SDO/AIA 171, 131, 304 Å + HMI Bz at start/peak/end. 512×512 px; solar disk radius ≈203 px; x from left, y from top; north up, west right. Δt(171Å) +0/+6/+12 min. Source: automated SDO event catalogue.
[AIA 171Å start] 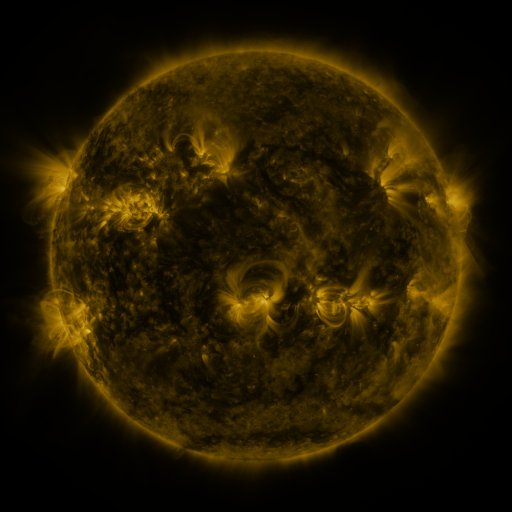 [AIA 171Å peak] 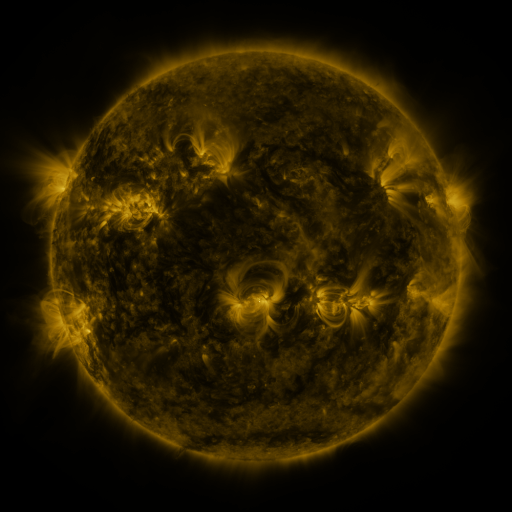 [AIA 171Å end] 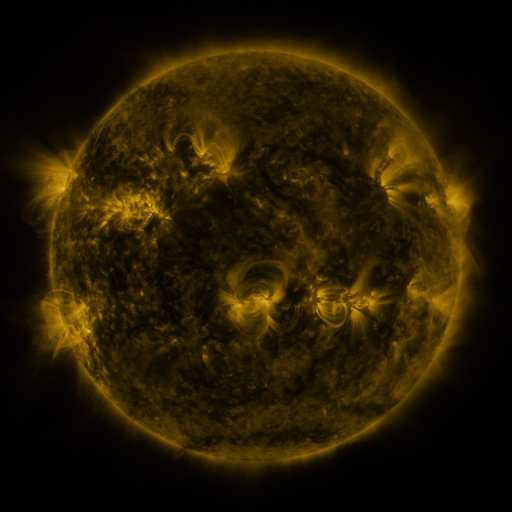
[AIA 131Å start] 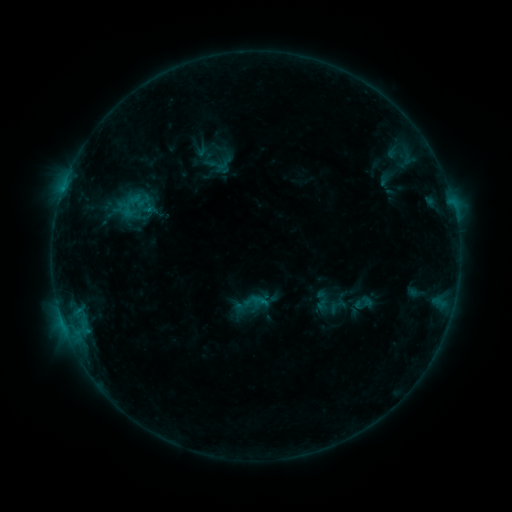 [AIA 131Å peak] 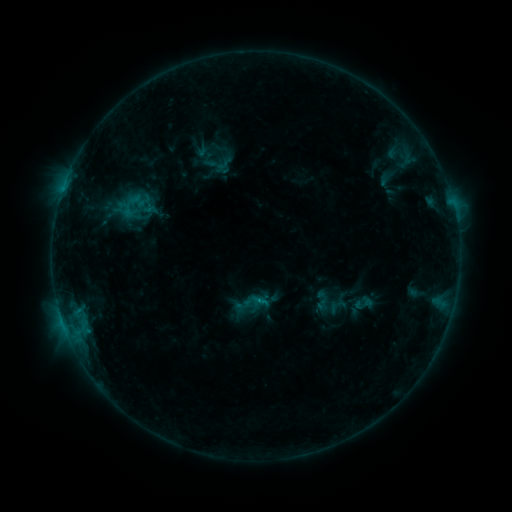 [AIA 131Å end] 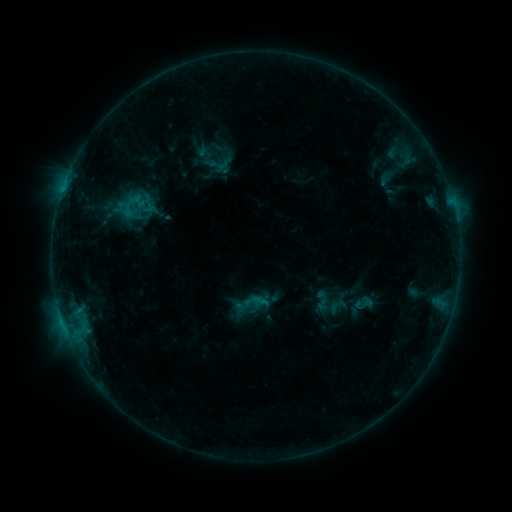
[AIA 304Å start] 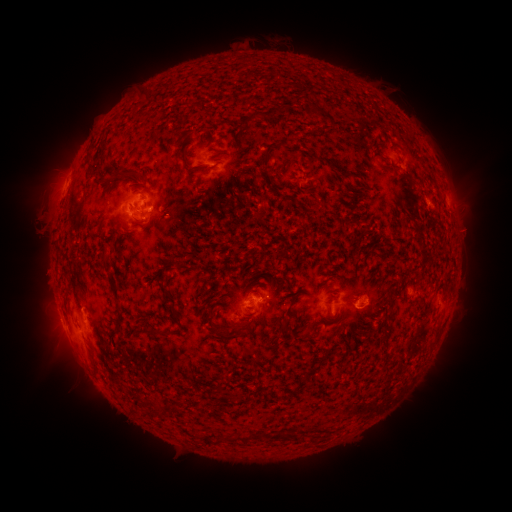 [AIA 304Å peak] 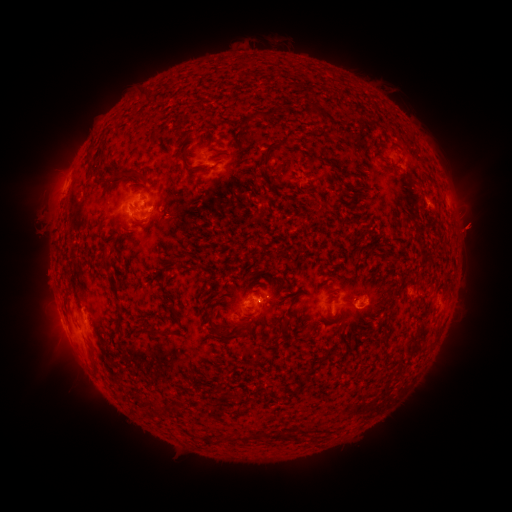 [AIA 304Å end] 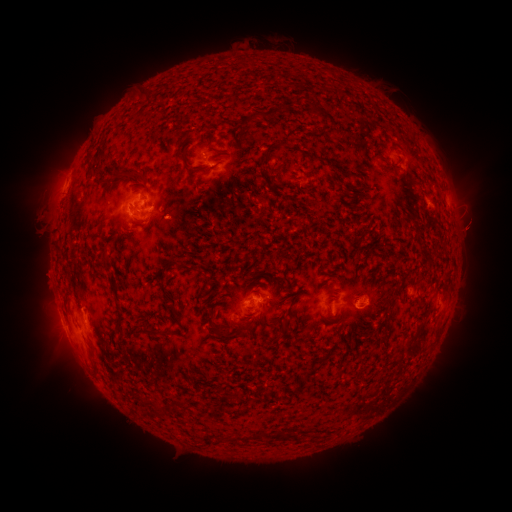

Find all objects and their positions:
eruption: (475, 225)
